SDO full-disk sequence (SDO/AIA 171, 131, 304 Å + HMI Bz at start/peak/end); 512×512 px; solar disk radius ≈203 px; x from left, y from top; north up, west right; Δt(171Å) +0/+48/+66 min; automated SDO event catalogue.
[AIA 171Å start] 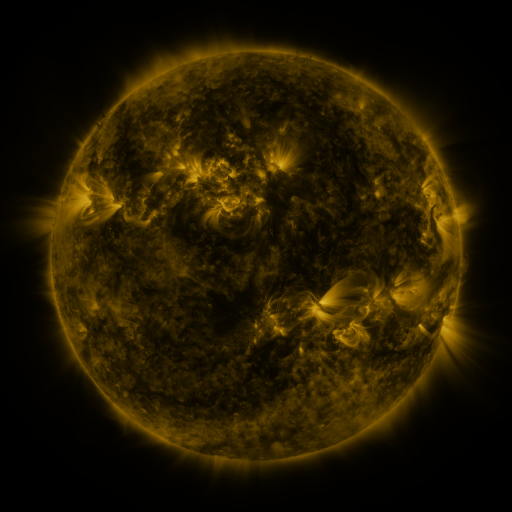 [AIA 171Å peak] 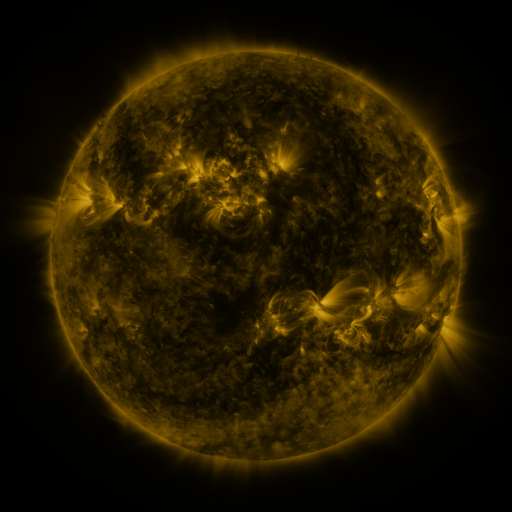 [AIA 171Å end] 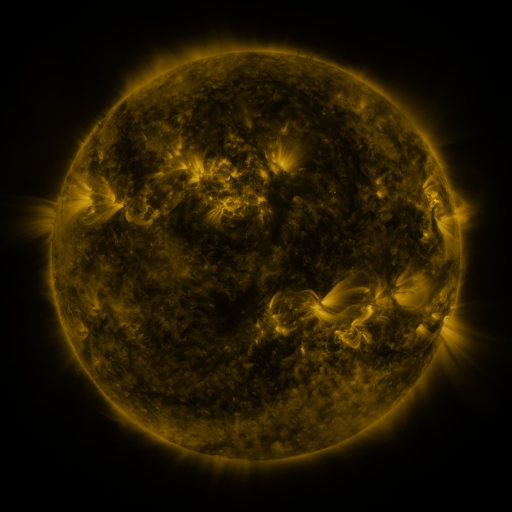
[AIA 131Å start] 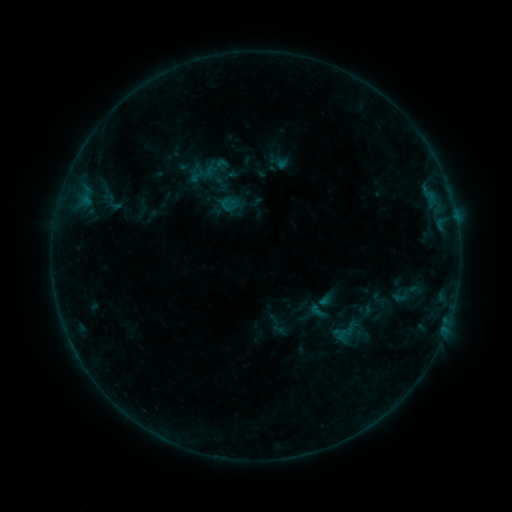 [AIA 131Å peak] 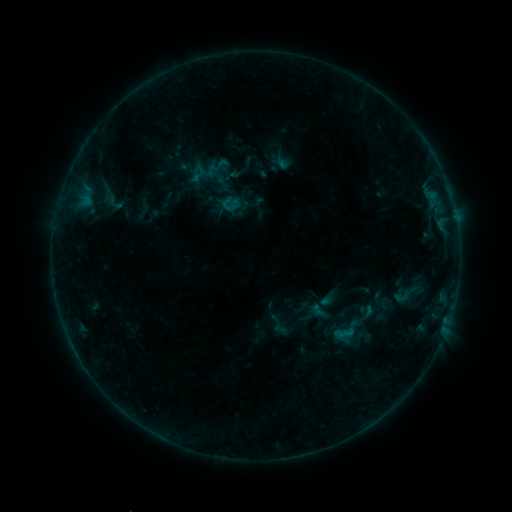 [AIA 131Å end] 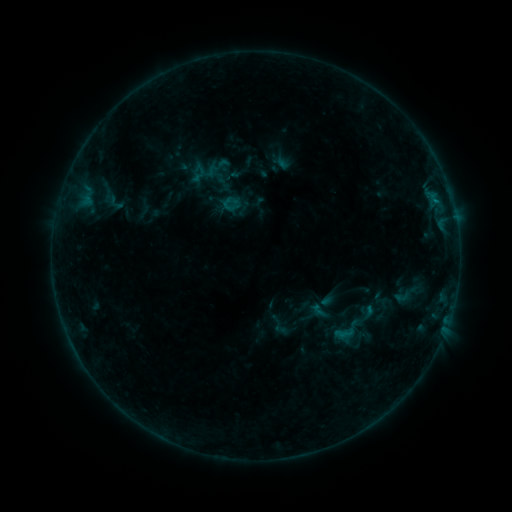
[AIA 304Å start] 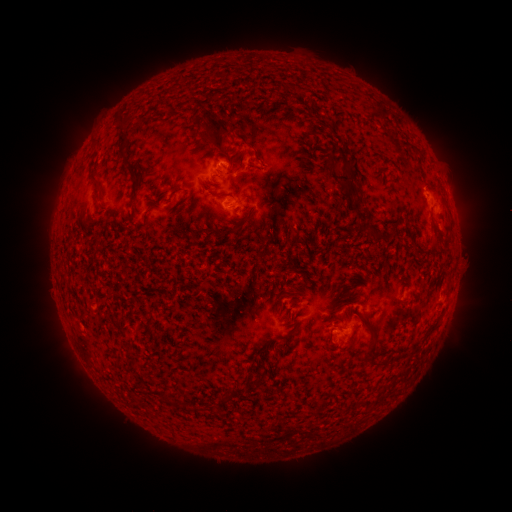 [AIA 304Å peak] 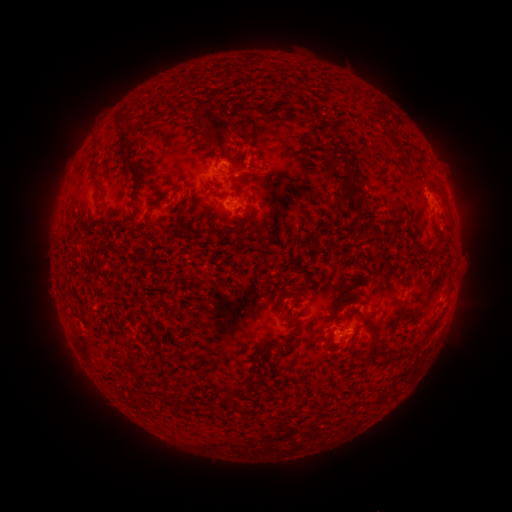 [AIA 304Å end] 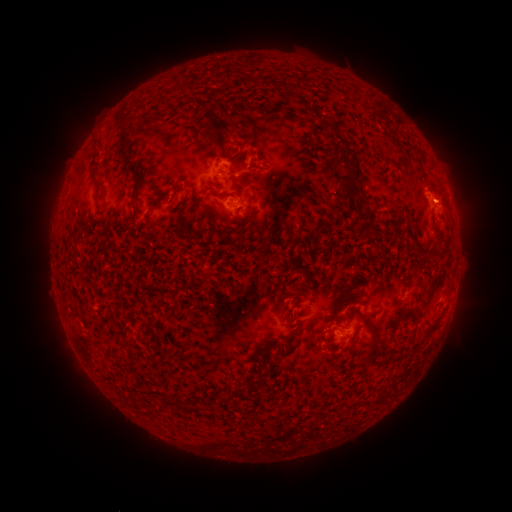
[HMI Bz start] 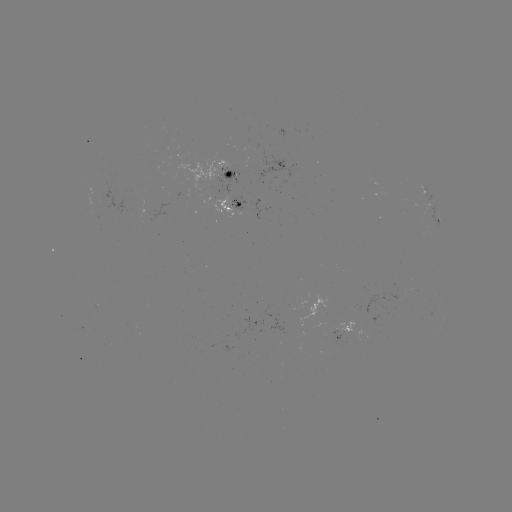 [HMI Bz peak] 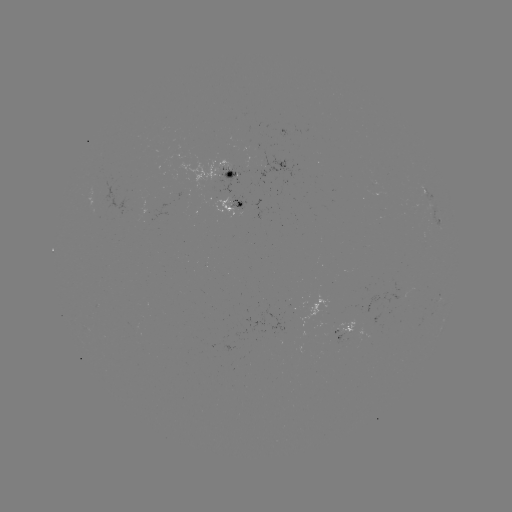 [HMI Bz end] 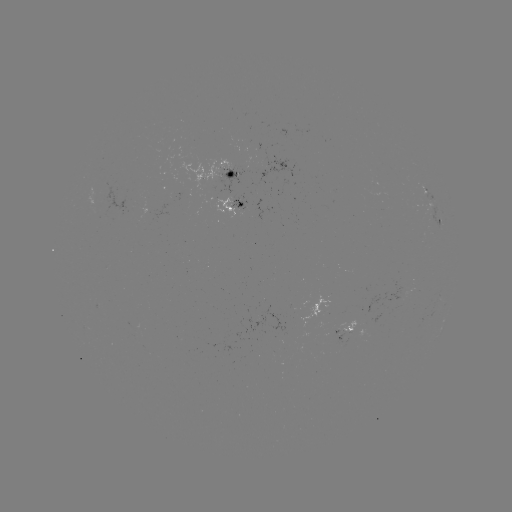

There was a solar flare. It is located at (334, 334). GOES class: B4.5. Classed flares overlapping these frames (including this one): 1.